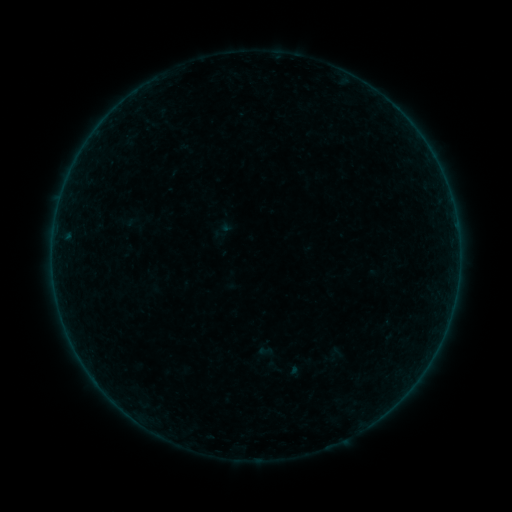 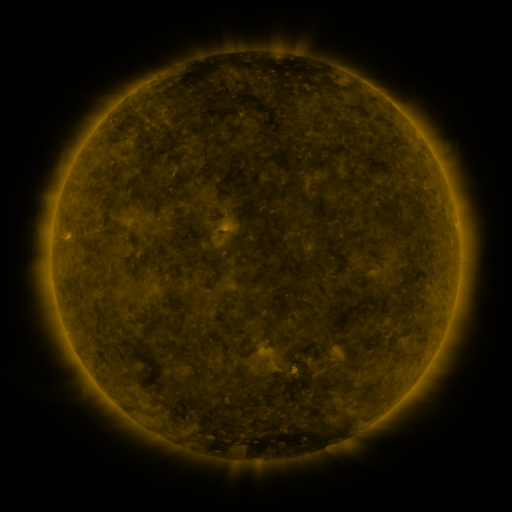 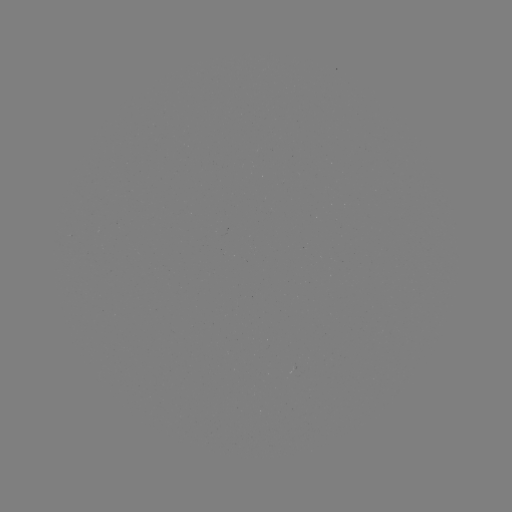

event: sigmoid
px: (265, 351)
